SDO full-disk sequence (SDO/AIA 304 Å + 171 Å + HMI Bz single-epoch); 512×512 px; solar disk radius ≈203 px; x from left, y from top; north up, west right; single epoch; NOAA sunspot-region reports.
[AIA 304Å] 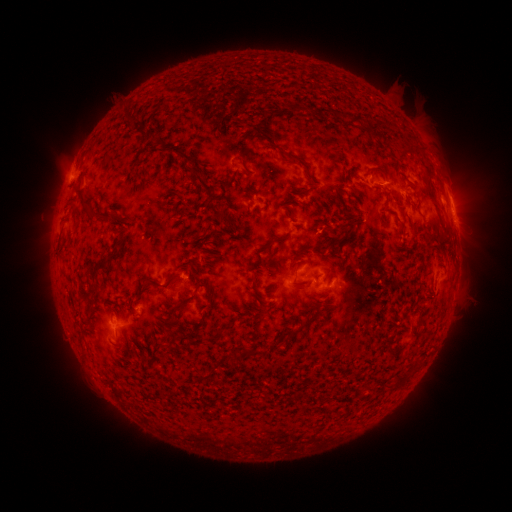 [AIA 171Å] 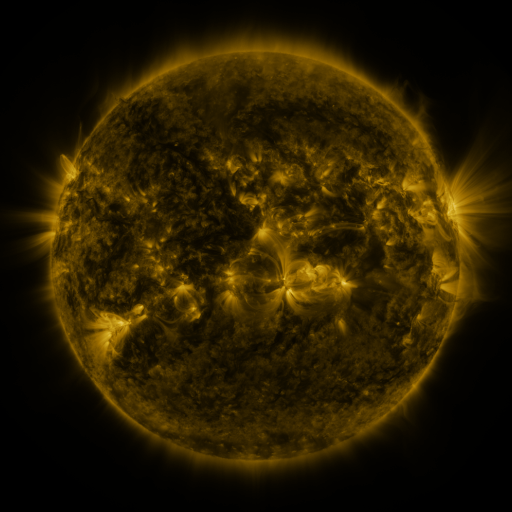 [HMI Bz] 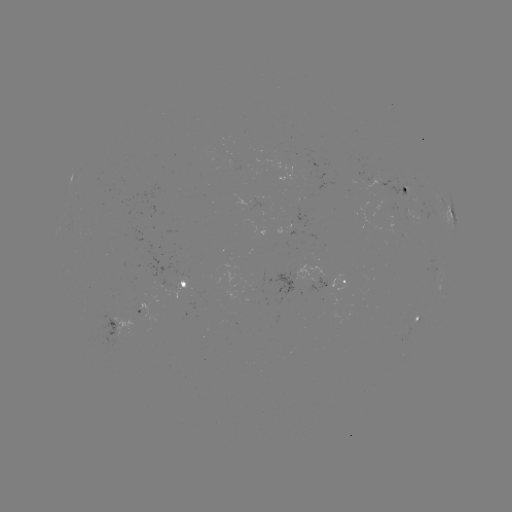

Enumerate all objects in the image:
spotted active region: (407, 191)
spotted active region: (451, 212)
spotted active region: (301, 272)
spotted active region: (344, 280)
spotted active region: (183, 283)
spotted active region: (419, 318)
